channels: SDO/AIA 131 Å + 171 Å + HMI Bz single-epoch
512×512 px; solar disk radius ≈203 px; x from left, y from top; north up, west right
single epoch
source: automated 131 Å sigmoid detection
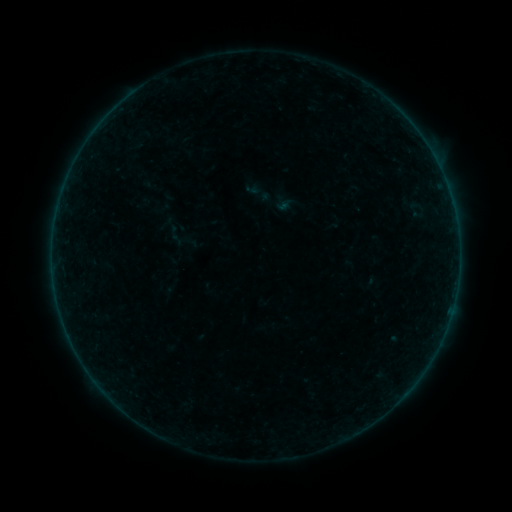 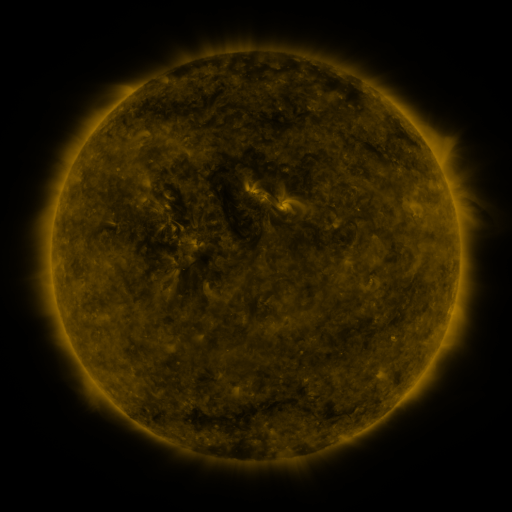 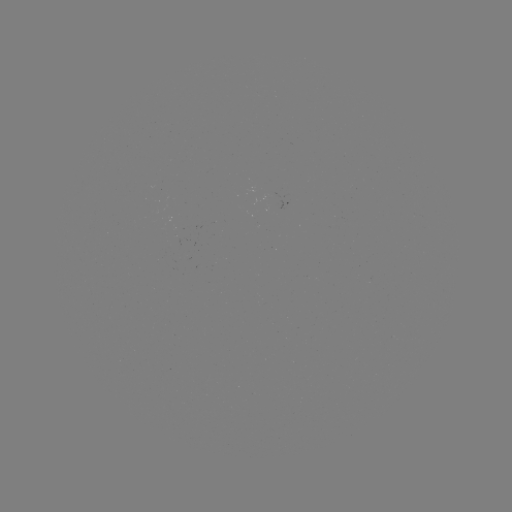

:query sigmoid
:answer [178, 232]